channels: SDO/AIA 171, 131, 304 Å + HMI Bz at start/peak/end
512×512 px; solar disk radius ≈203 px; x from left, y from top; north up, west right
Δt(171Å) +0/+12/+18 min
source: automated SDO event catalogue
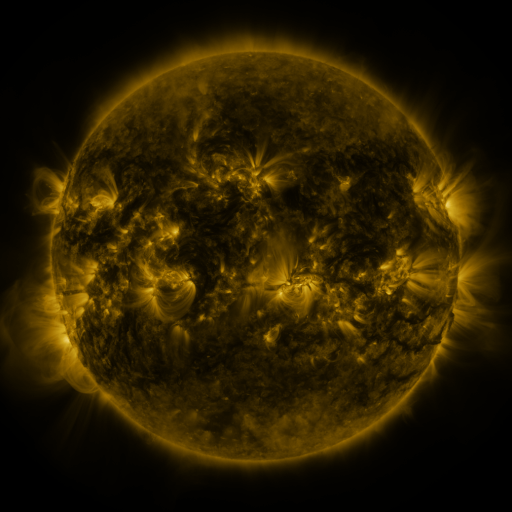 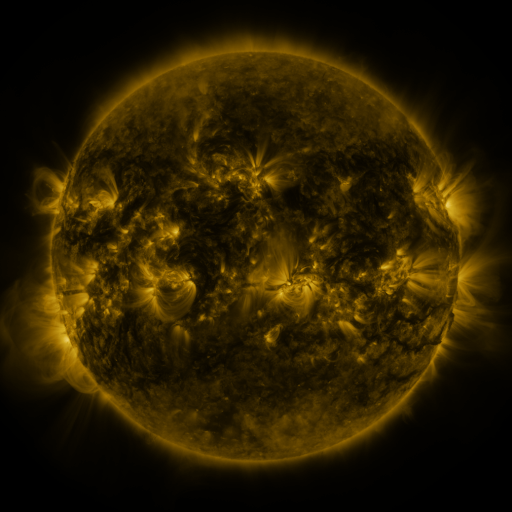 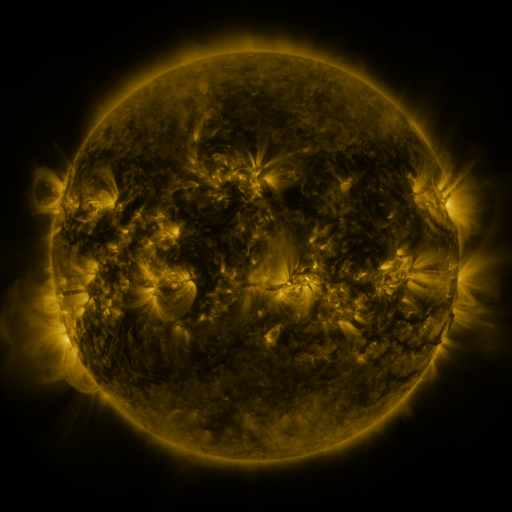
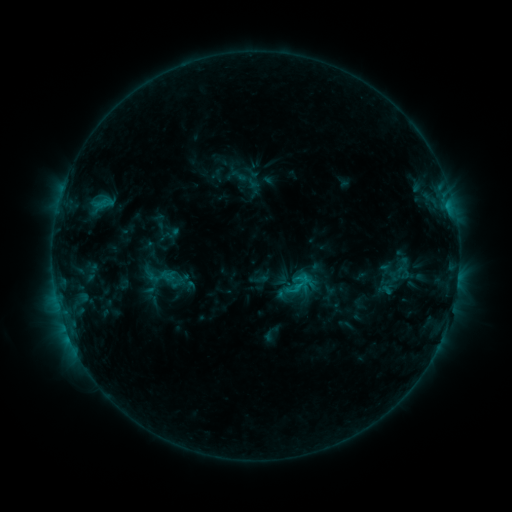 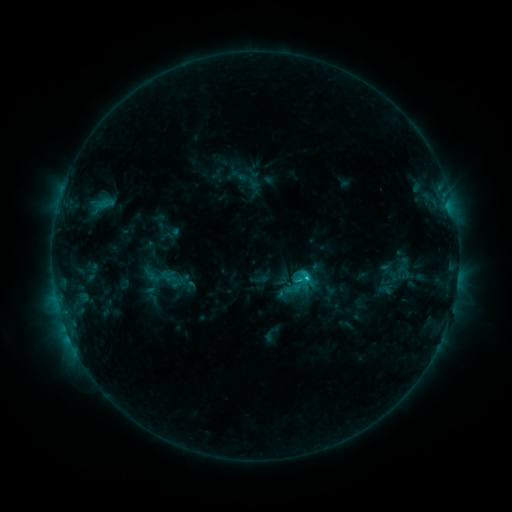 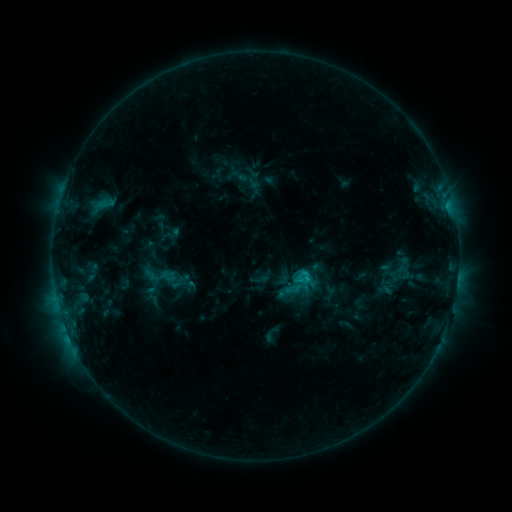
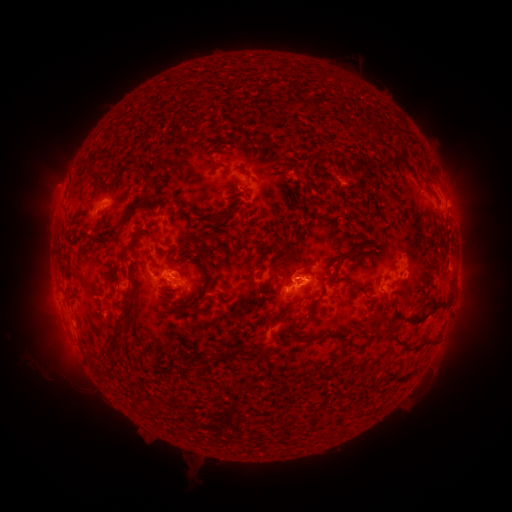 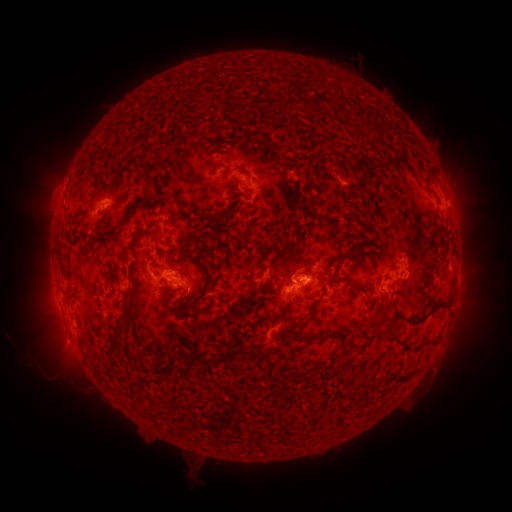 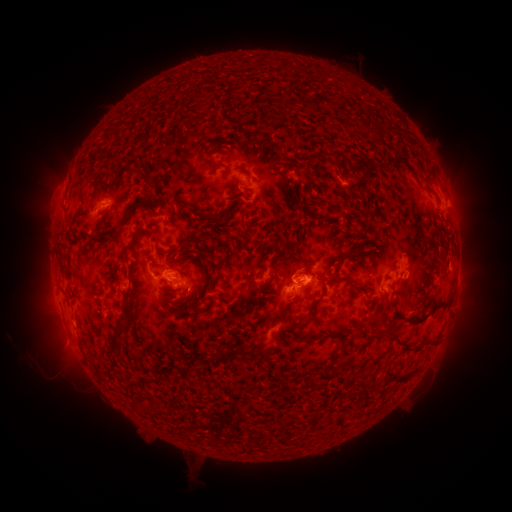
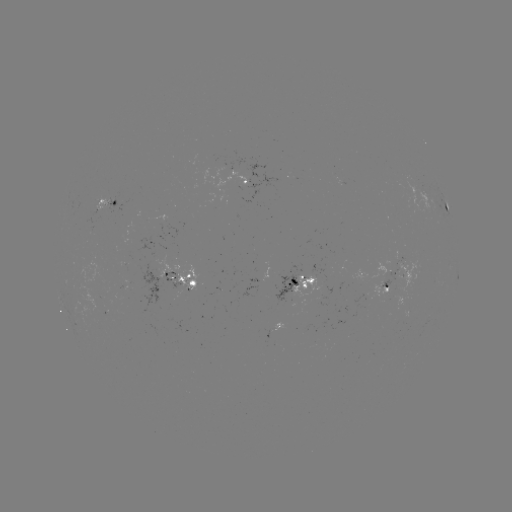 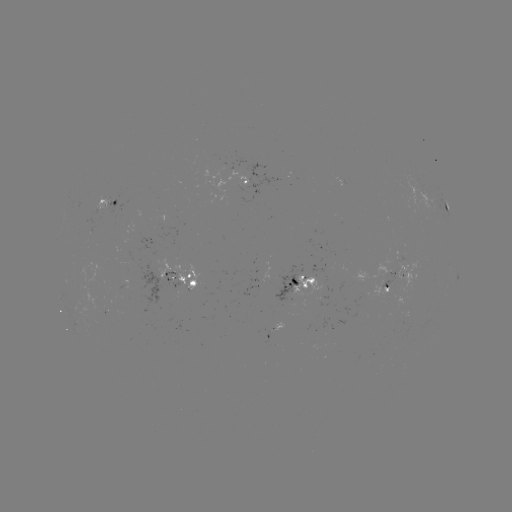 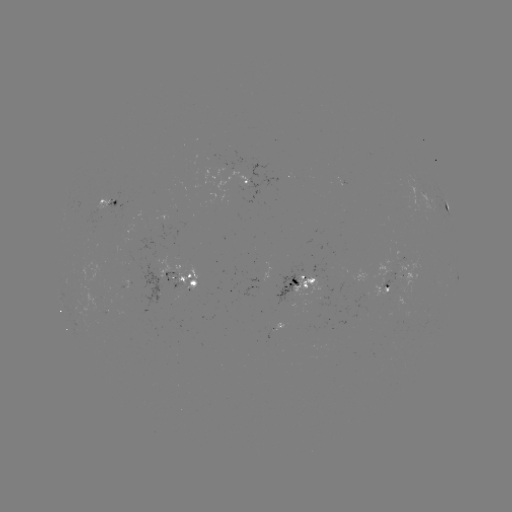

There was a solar flare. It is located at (304, 274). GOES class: C1.6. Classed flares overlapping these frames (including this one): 1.